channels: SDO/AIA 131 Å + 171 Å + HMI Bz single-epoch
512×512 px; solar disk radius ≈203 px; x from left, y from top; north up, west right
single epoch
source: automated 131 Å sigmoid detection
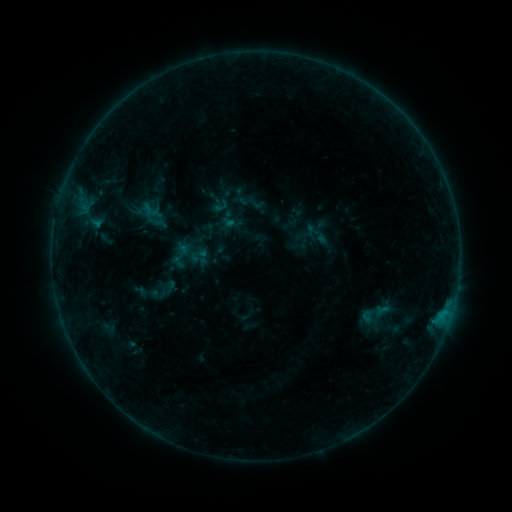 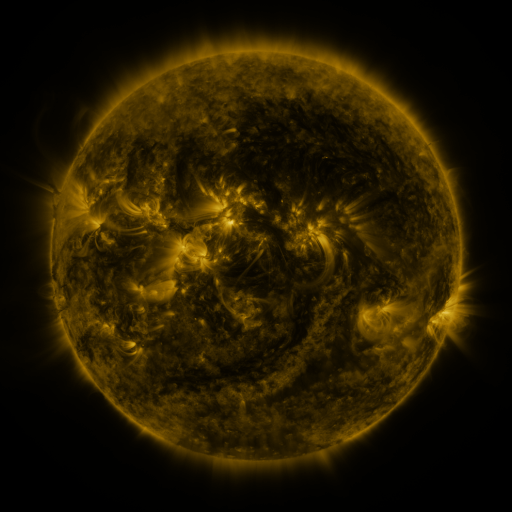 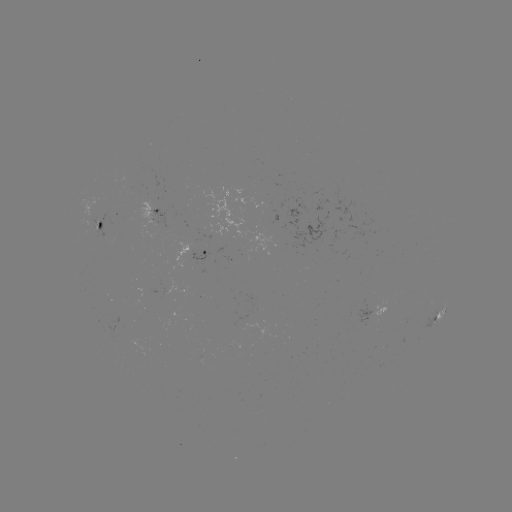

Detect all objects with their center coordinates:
sigmoid: (221, 207)
sigmoid: (182, 256)
